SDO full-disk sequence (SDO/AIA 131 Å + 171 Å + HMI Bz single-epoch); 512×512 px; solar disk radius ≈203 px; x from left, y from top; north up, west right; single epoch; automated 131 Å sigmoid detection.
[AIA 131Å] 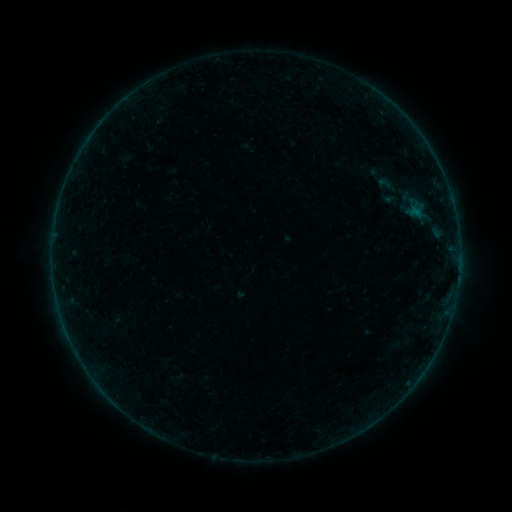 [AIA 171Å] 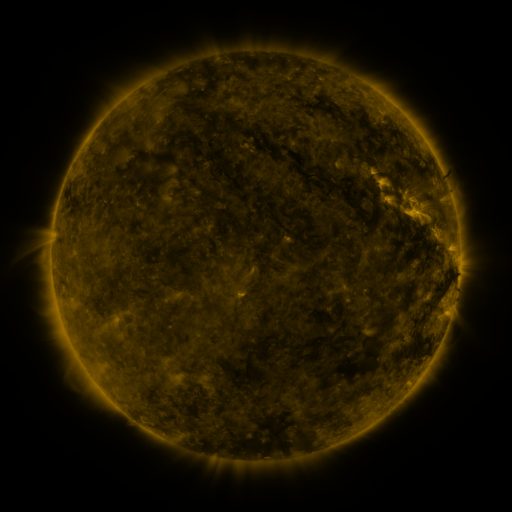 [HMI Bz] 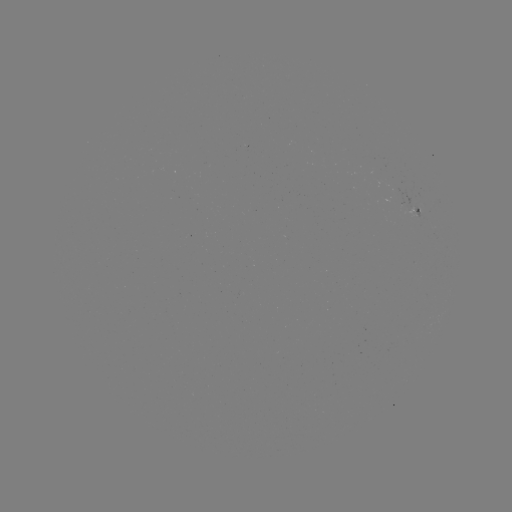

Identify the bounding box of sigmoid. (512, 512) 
[369, 173, 403, 195].